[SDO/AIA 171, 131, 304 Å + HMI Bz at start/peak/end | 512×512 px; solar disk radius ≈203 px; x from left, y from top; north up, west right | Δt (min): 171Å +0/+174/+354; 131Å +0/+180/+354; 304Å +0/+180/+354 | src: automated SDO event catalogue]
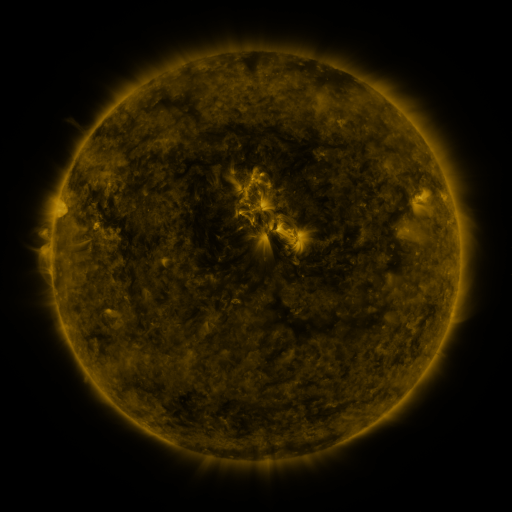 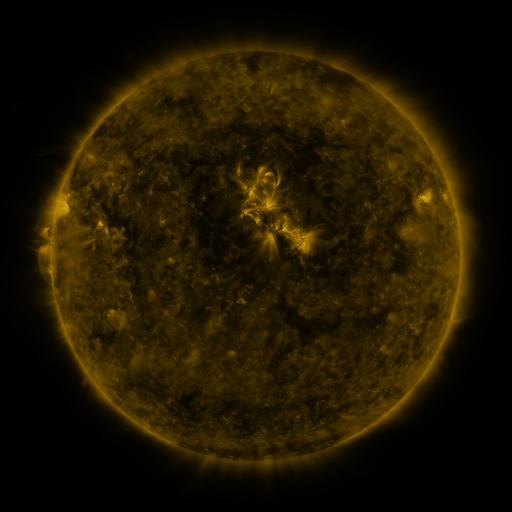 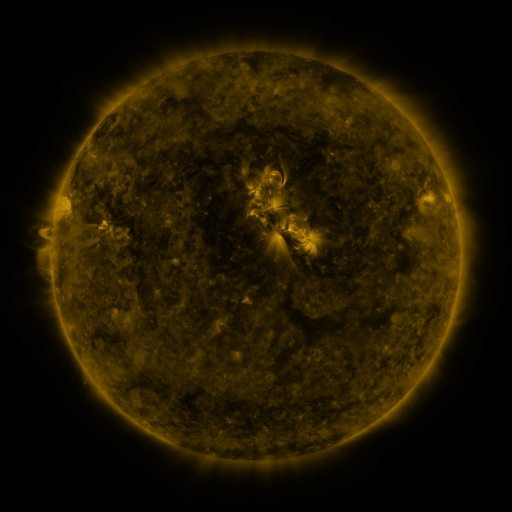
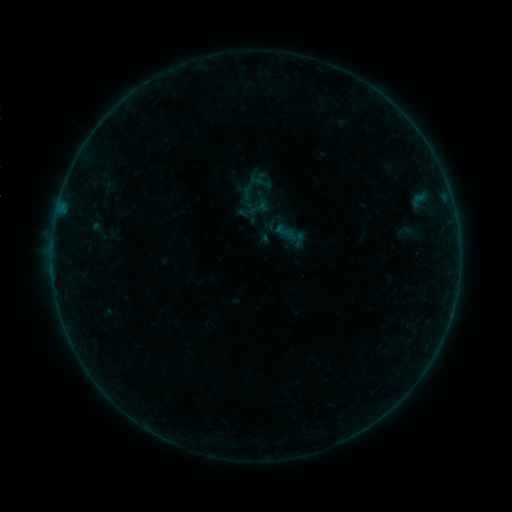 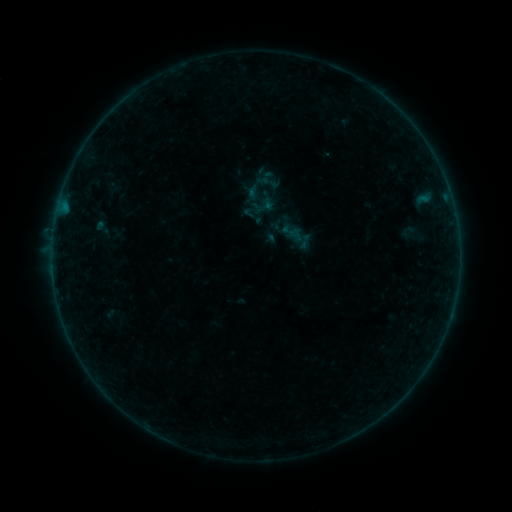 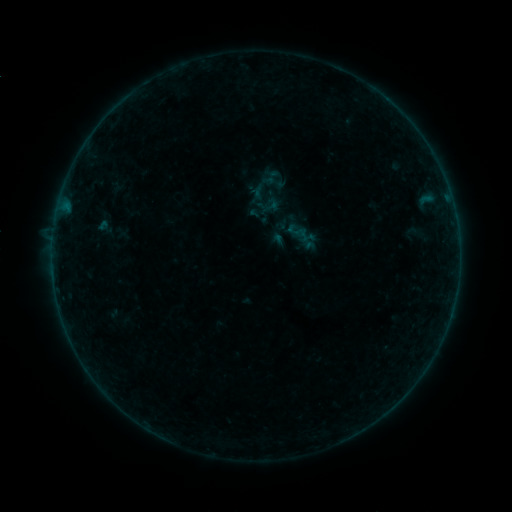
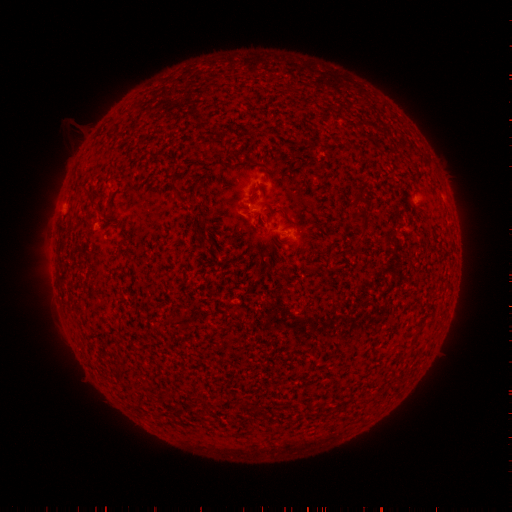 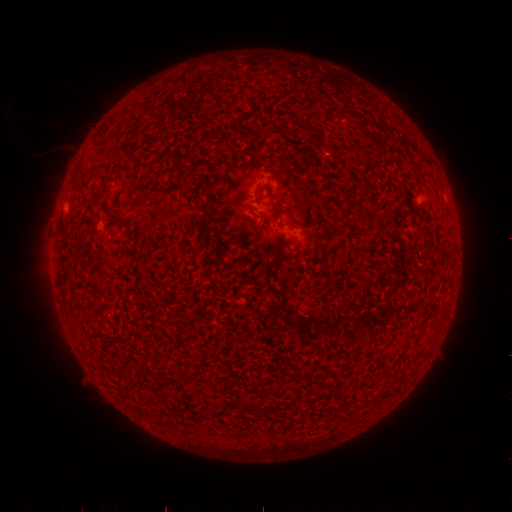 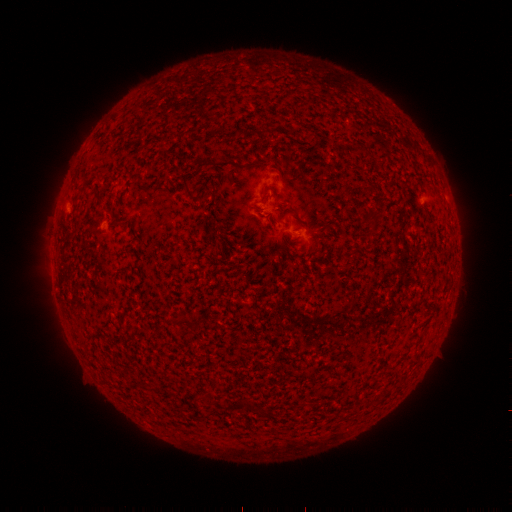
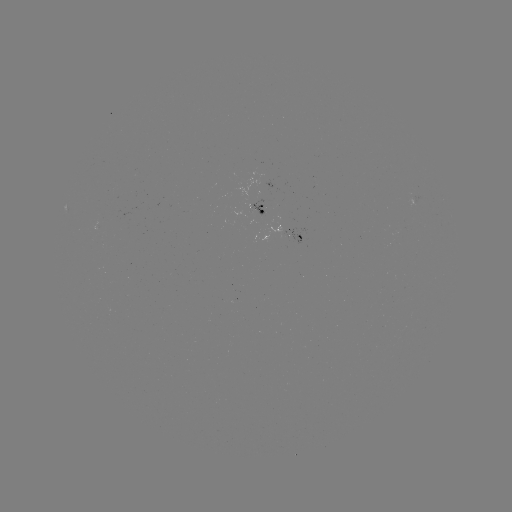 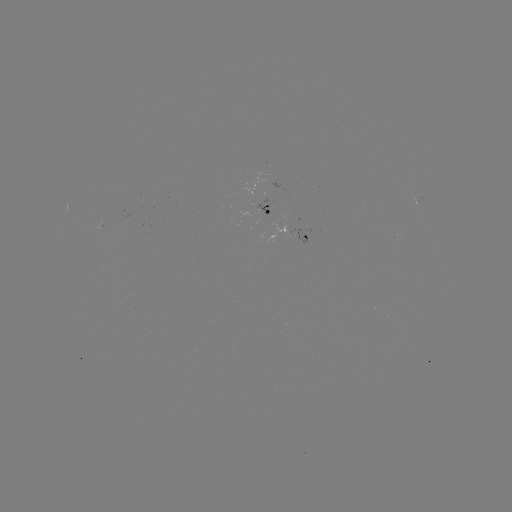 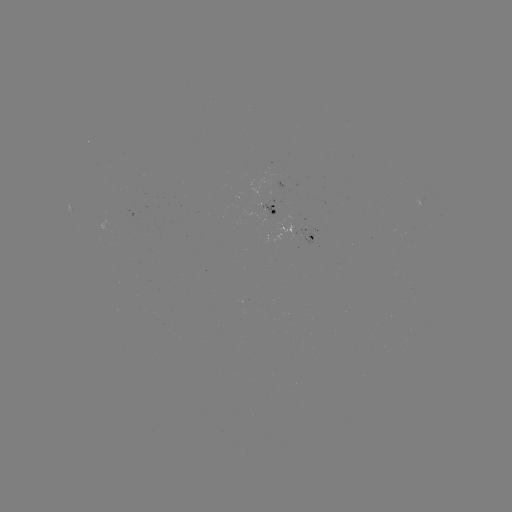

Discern filament eruption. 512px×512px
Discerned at (68, 121).